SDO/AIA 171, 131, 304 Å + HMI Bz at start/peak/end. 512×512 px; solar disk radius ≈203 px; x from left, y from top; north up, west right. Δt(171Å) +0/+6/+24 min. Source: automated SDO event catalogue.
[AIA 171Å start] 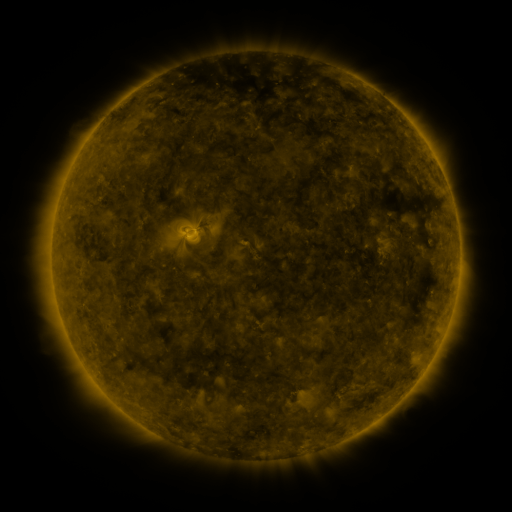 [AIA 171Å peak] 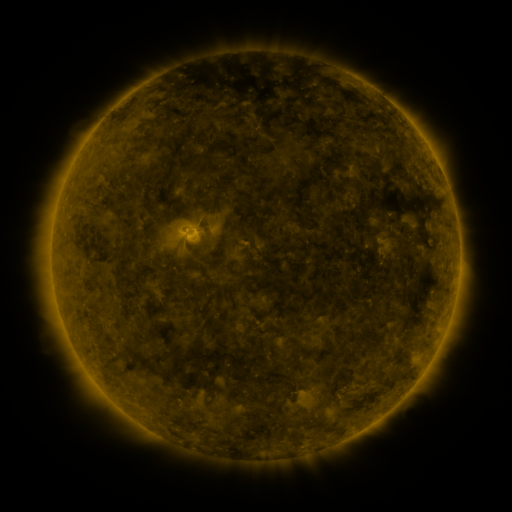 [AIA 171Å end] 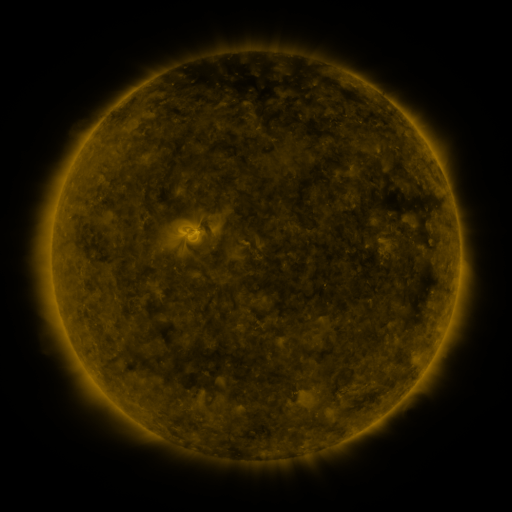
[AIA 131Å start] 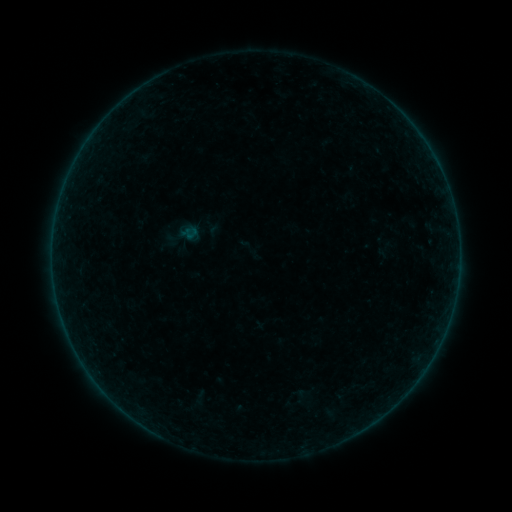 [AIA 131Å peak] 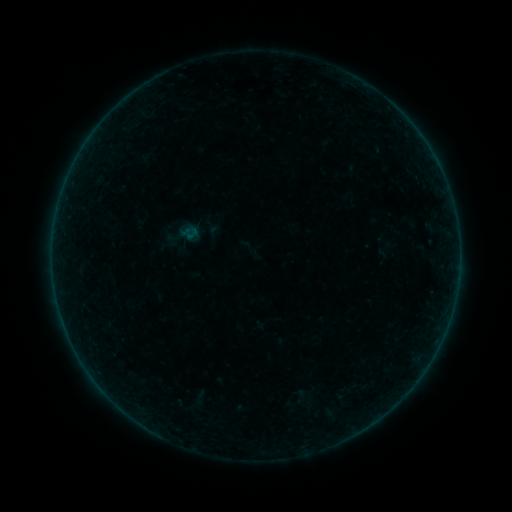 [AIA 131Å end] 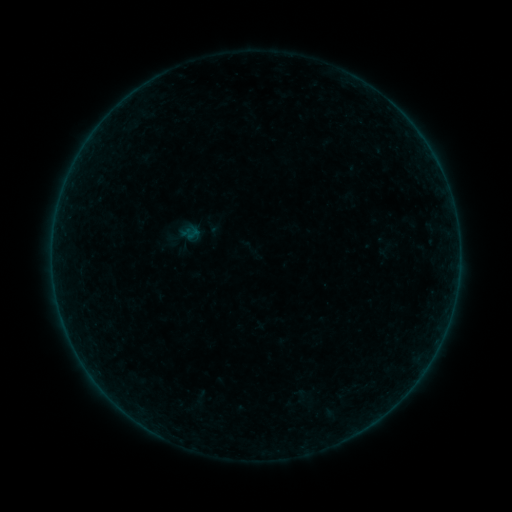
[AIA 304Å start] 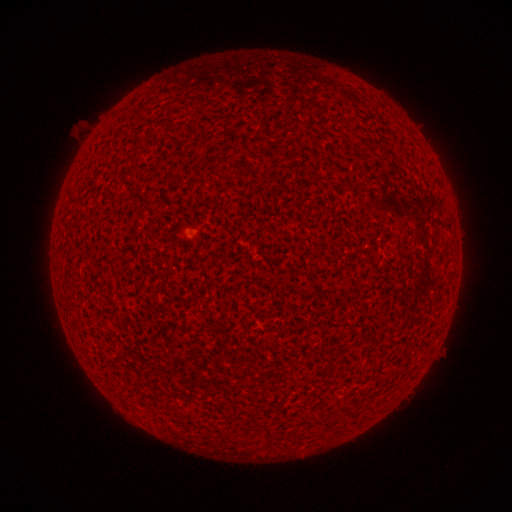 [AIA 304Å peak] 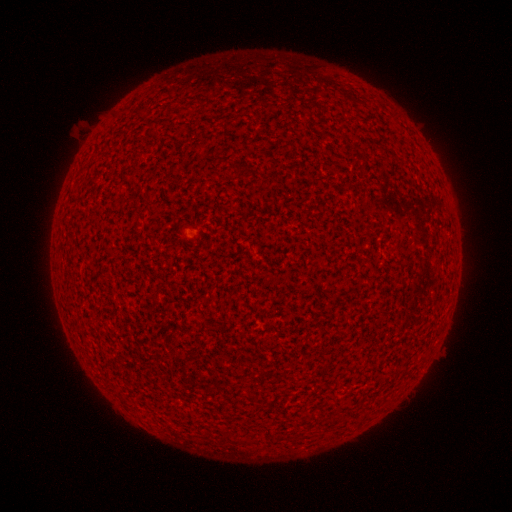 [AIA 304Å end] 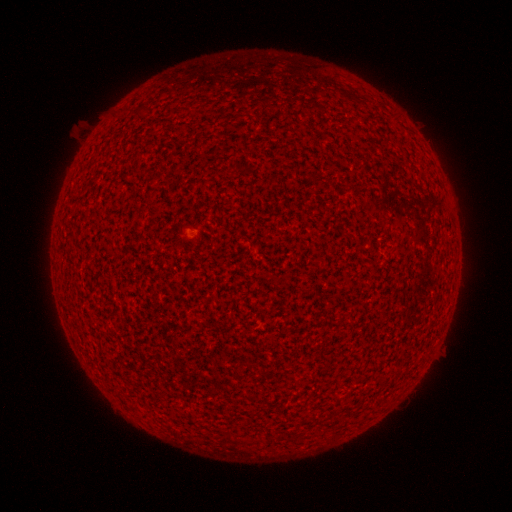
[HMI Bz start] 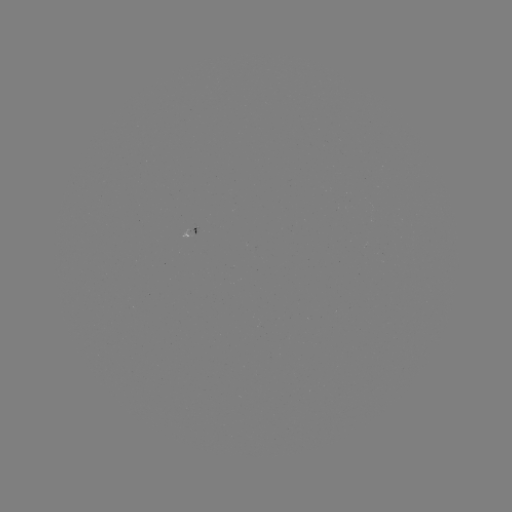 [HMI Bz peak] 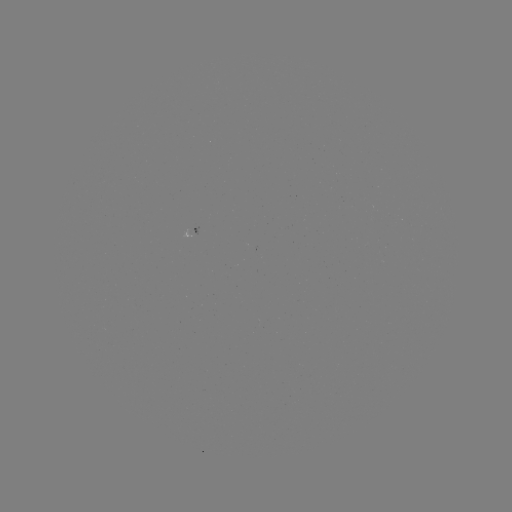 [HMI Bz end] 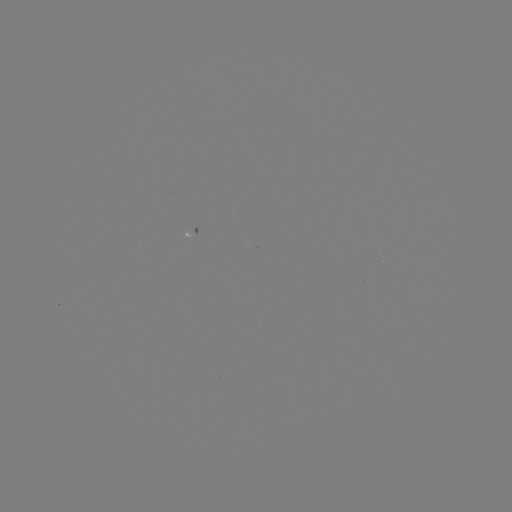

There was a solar flare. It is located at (184, 237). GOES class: A7.5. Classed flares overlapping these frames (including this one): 1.